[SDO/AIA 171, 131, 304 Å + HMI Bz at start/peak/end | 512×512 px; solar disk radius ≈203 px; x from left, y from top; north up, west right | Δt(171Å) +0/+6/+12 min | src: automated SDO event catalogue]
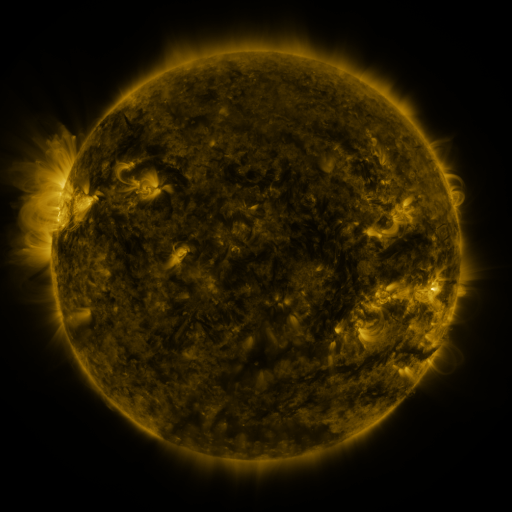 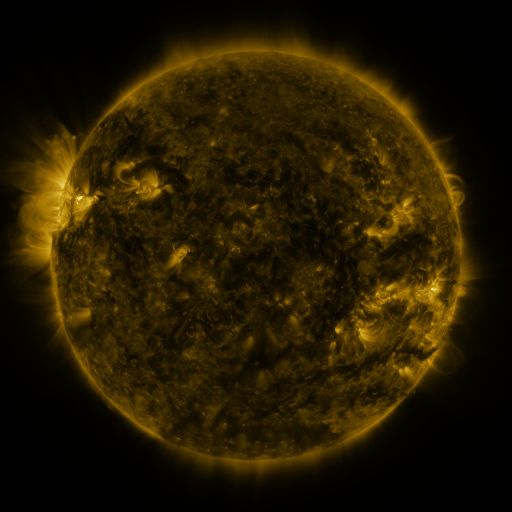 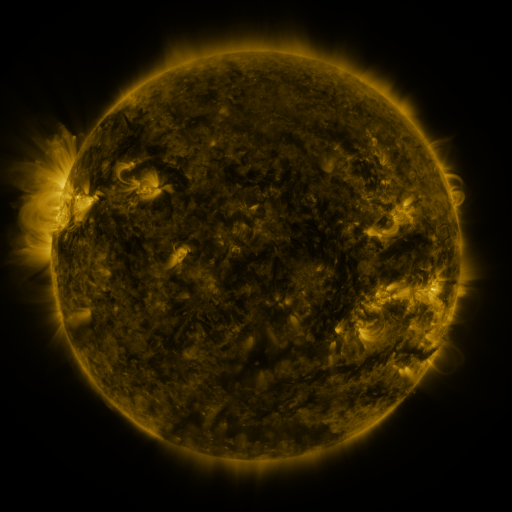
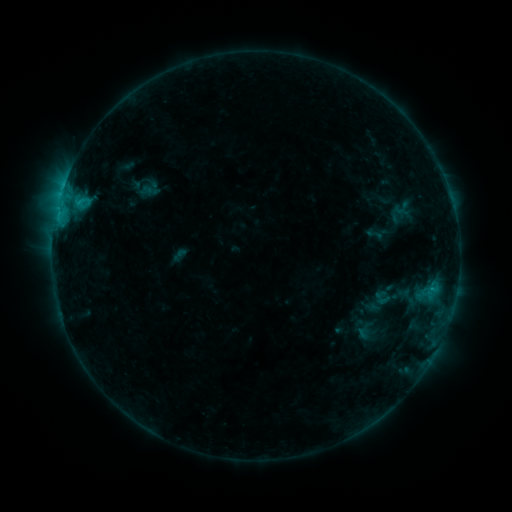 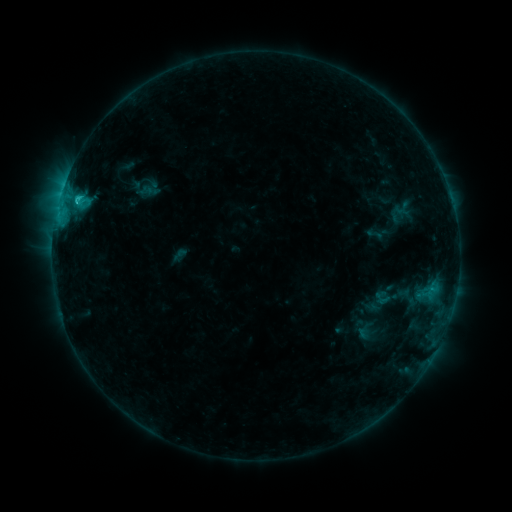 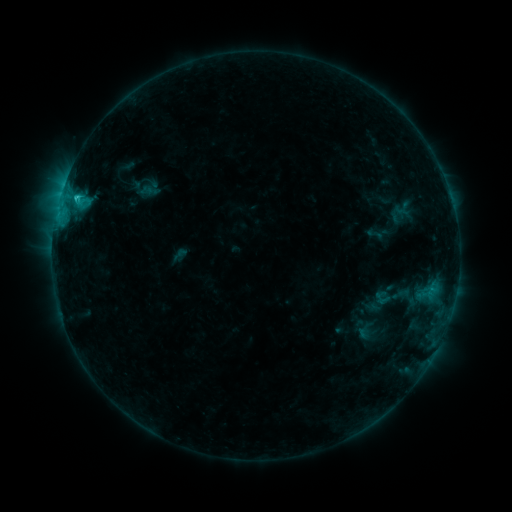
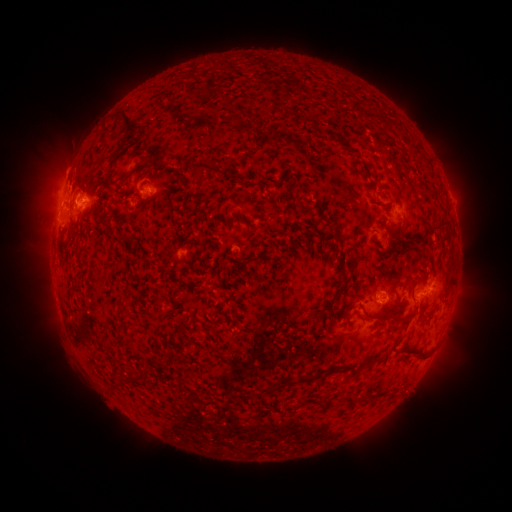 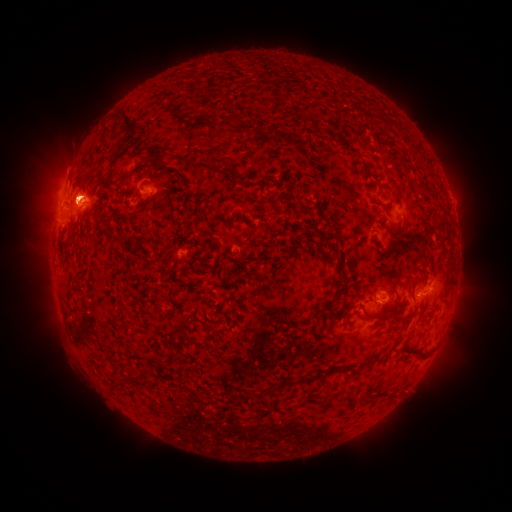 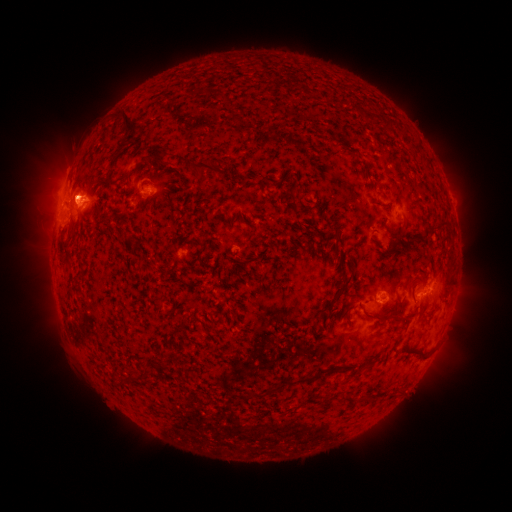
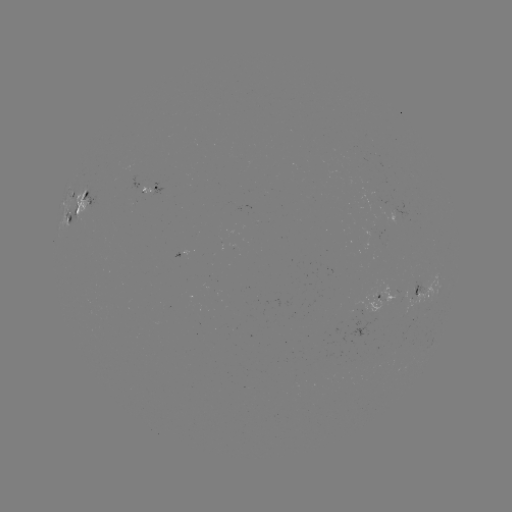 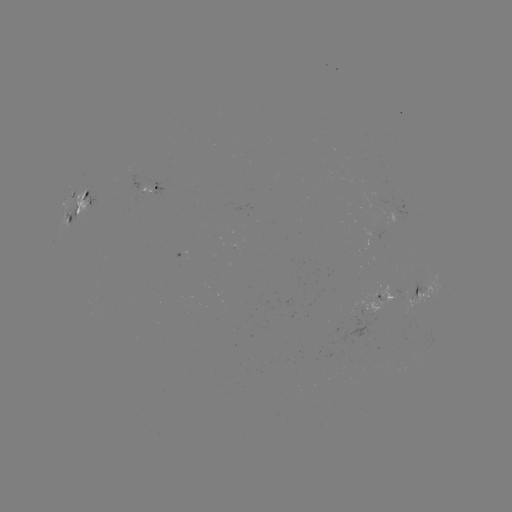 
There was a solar eruption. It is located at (74, 189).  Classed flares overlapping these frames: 1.